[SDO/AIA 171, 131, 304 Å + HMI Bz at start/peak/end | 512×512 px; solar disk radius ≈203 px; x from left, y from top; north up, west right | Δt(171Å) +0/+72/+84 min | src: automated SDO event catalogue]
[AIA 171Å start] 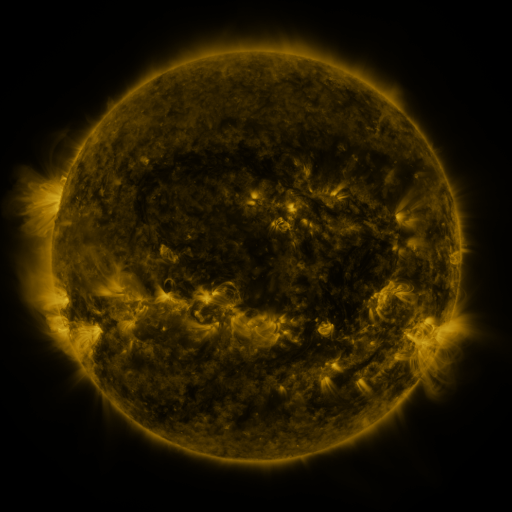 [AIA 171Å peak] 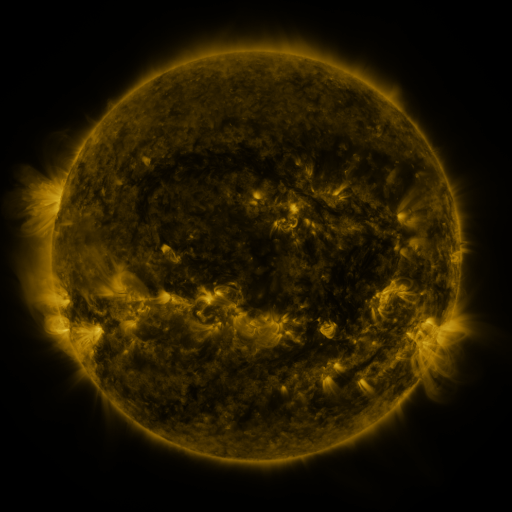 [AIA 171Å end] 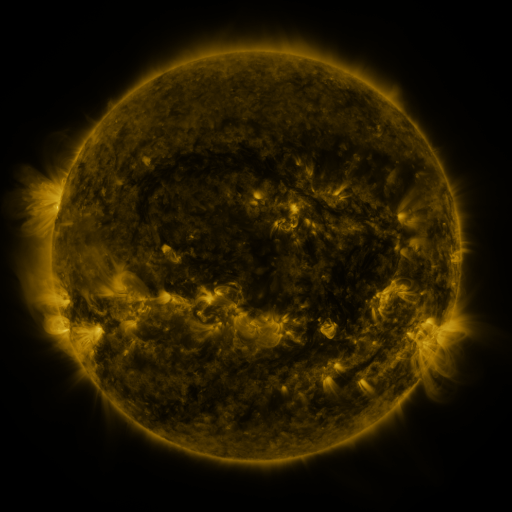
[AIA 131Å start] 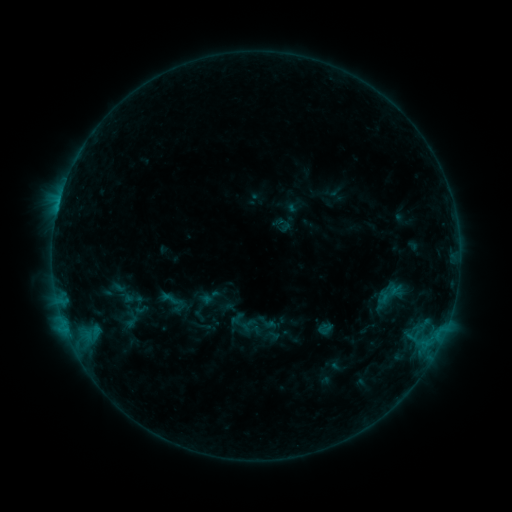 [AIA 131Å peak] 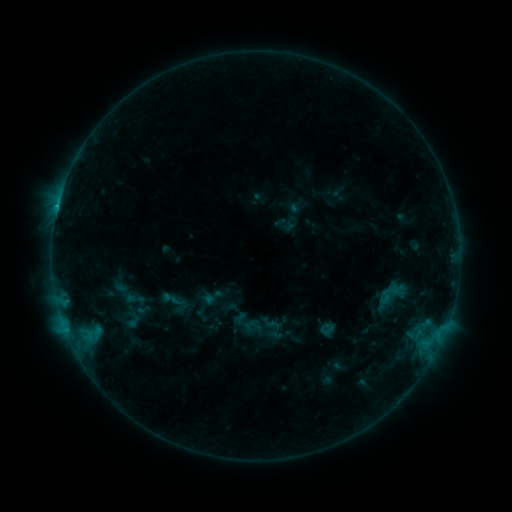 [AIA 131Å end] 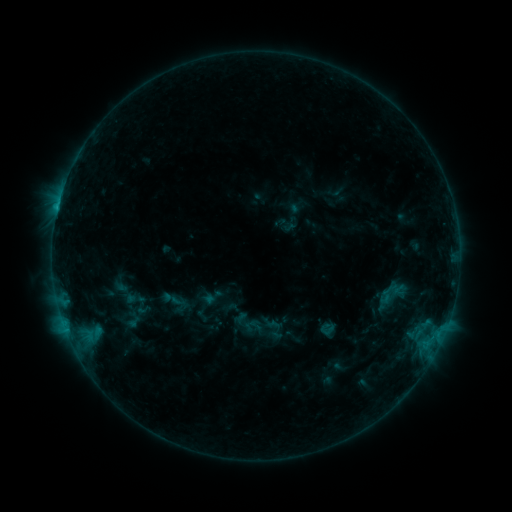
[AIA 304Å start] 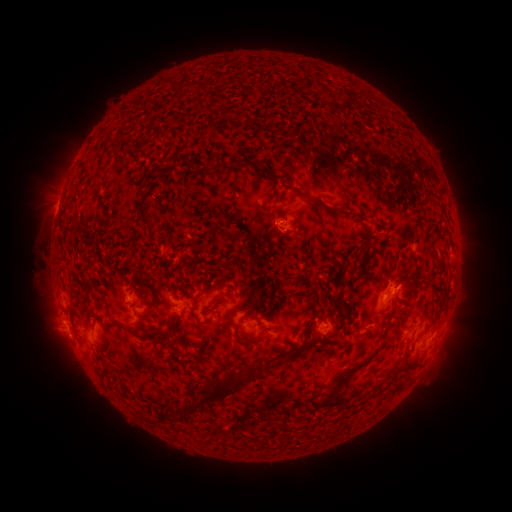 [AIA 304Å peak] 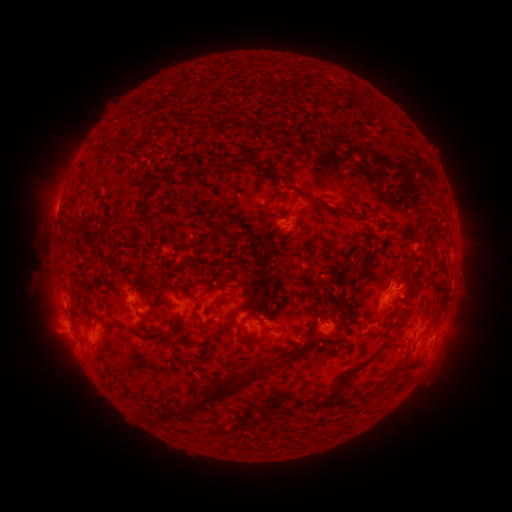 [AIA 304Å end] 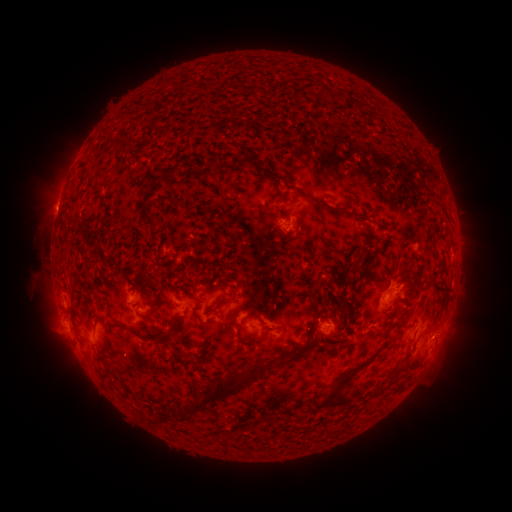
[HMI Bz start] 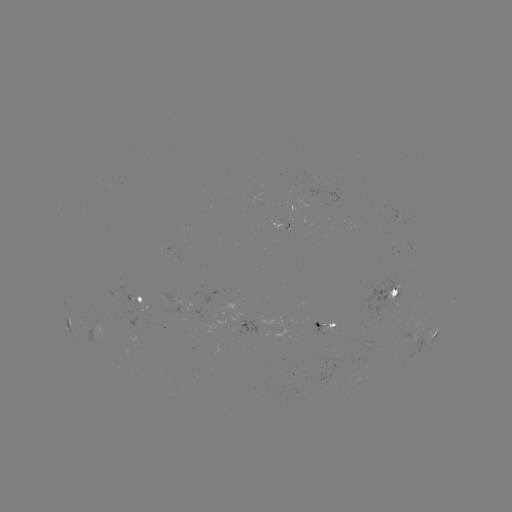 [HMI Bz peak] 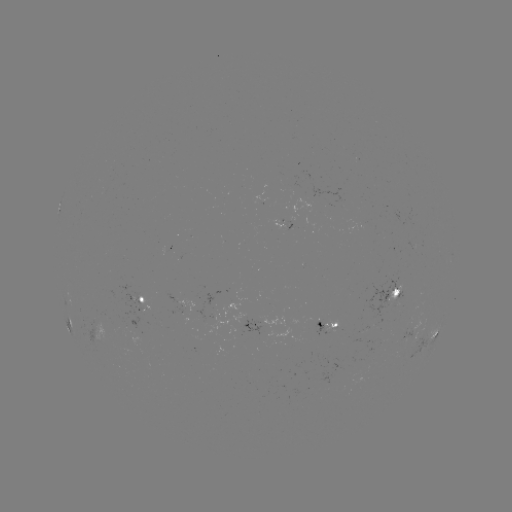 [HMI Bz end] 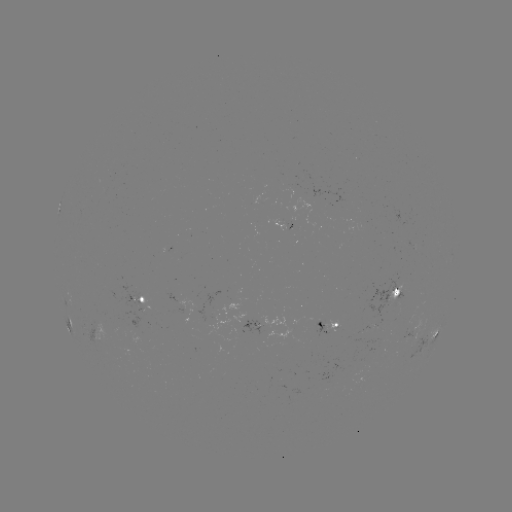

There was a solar emerging-flux region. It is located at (288, 215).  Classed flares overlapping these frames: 1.